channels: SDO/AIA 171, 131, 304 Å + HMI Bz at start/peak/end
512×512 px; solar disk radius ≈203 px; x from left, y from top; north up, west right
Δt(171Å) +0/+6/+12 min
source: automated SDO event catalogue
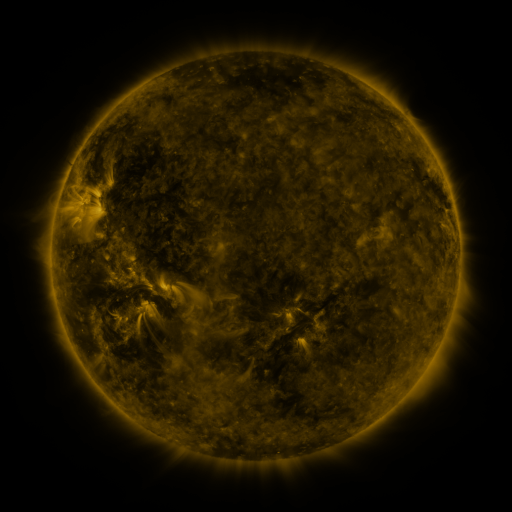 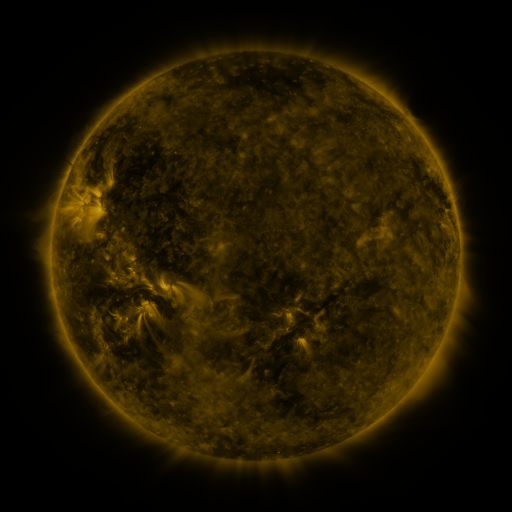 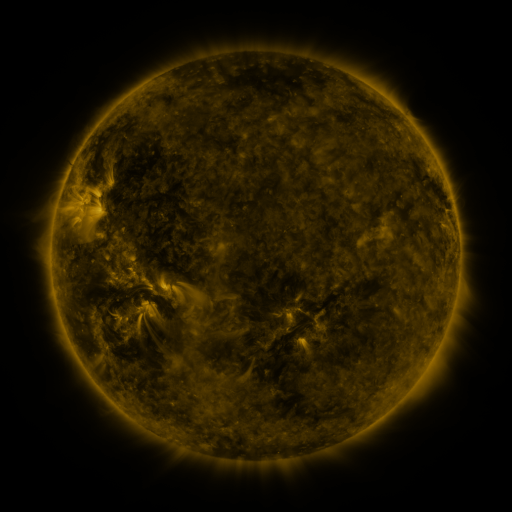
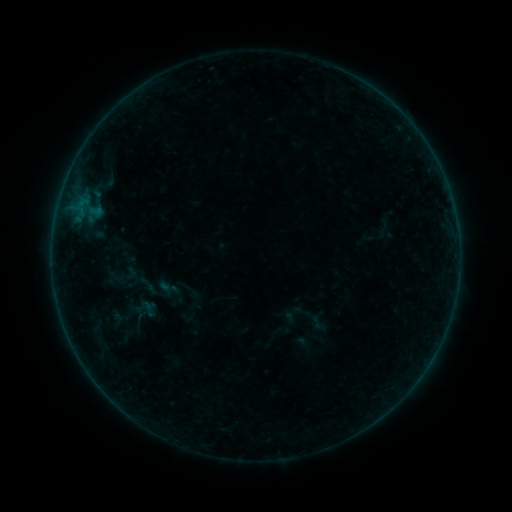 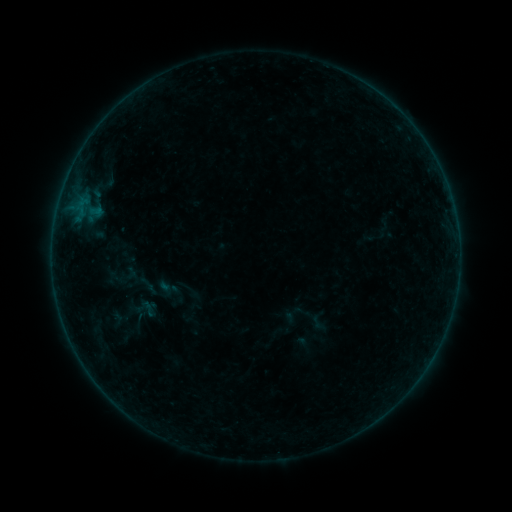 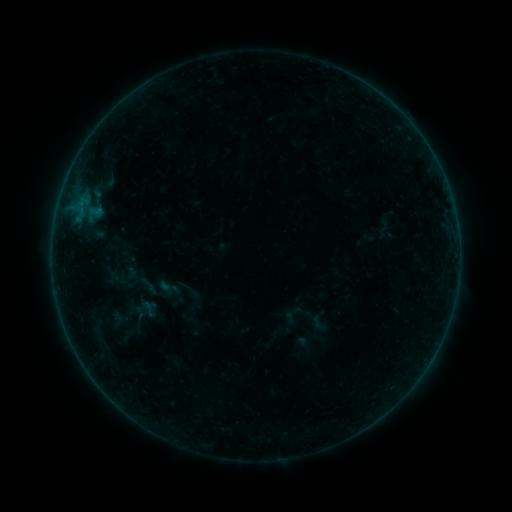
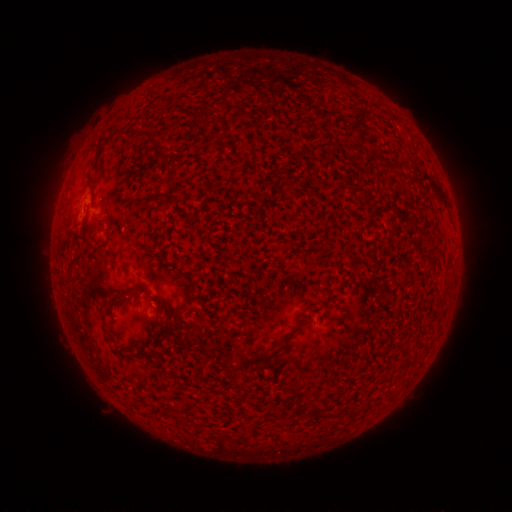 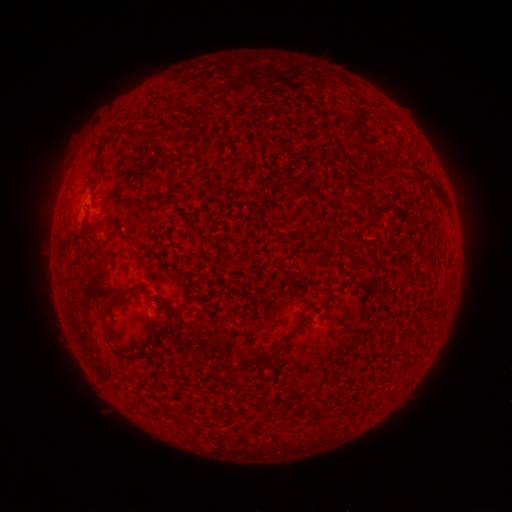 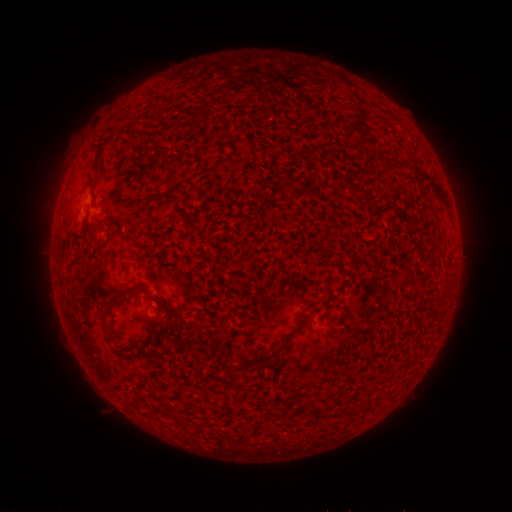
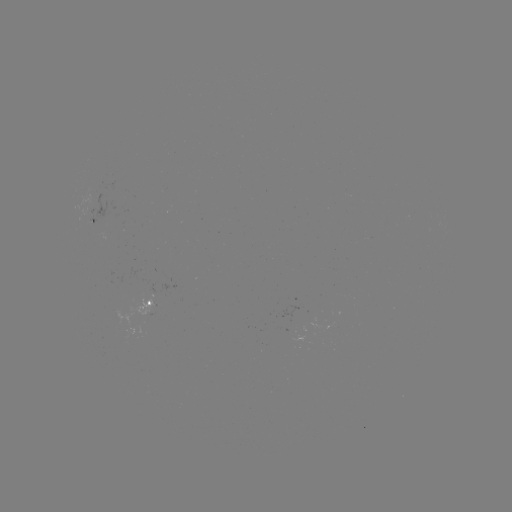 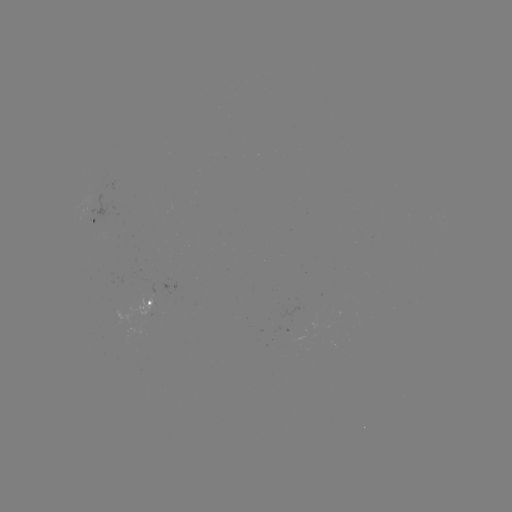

no flare in any classed list; no EUV-trigger detection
